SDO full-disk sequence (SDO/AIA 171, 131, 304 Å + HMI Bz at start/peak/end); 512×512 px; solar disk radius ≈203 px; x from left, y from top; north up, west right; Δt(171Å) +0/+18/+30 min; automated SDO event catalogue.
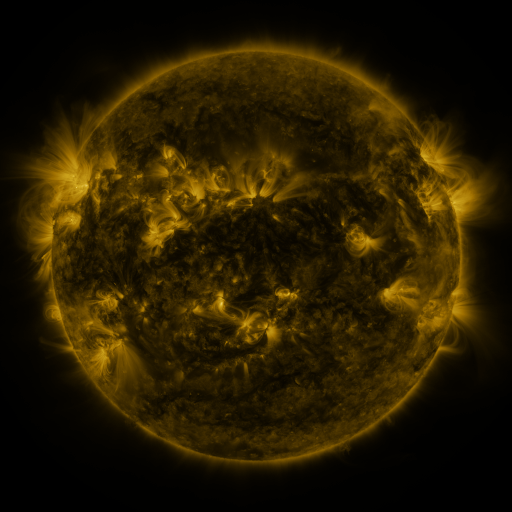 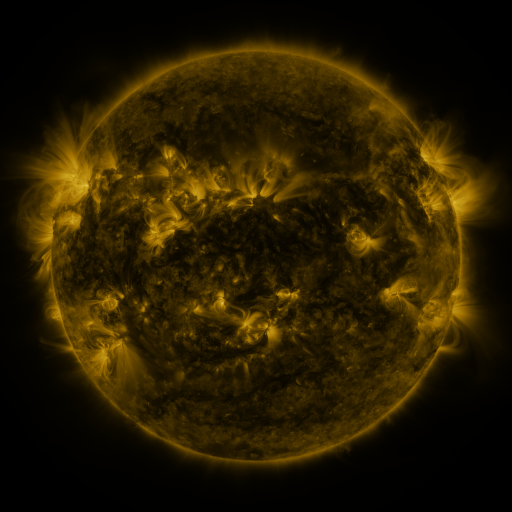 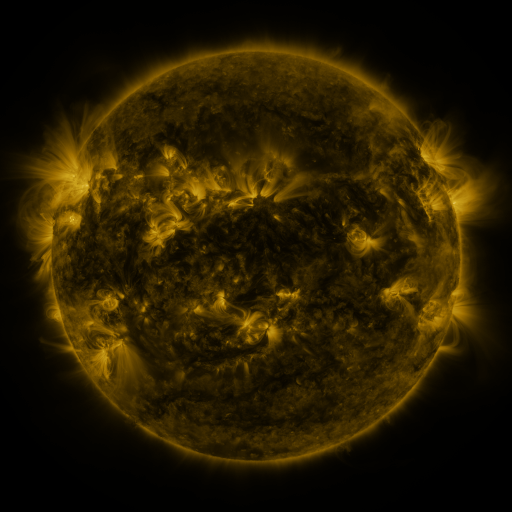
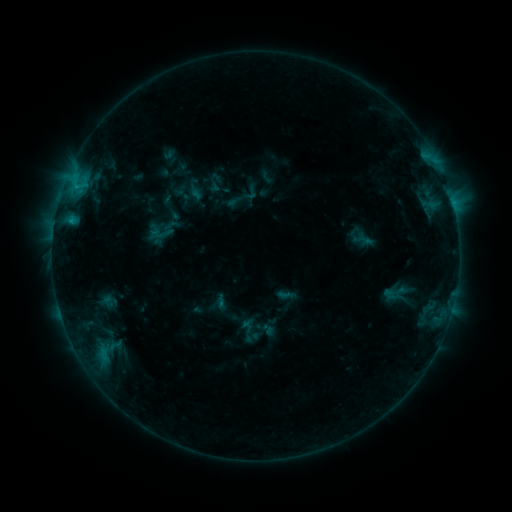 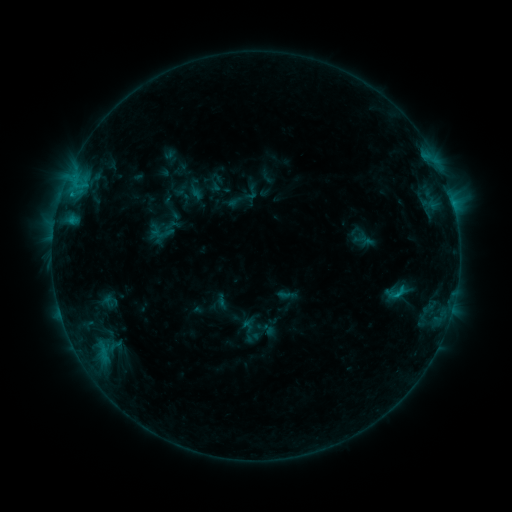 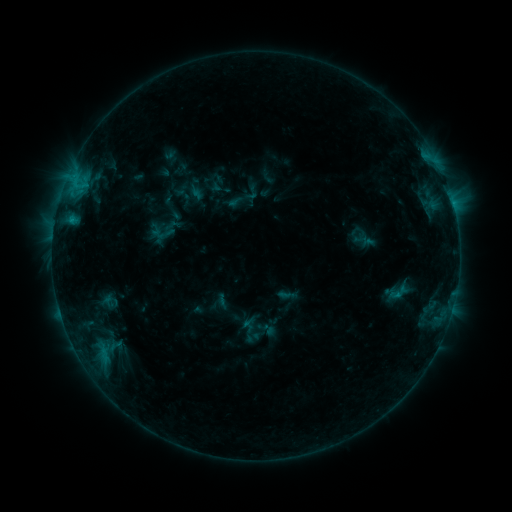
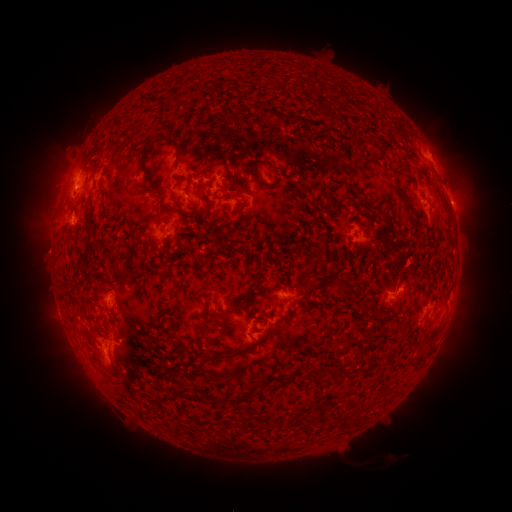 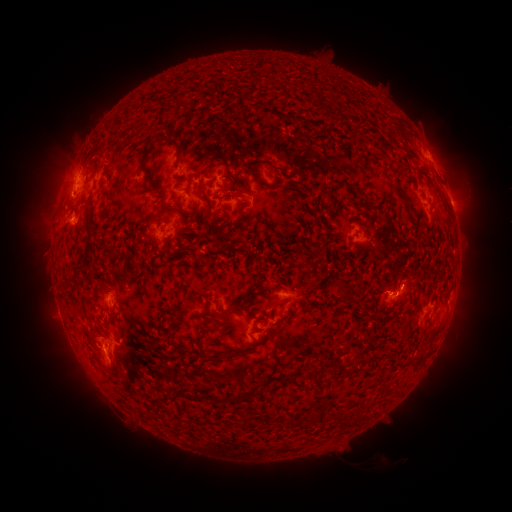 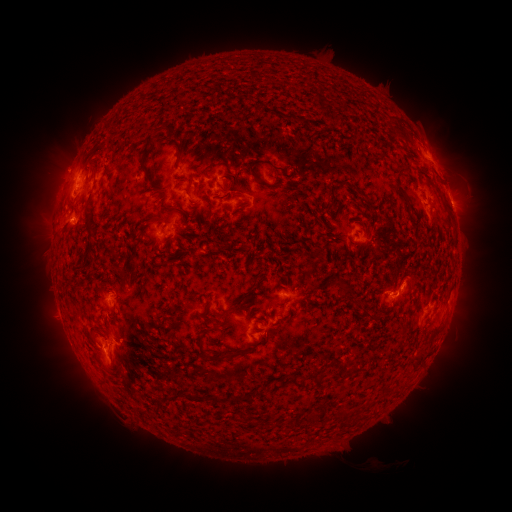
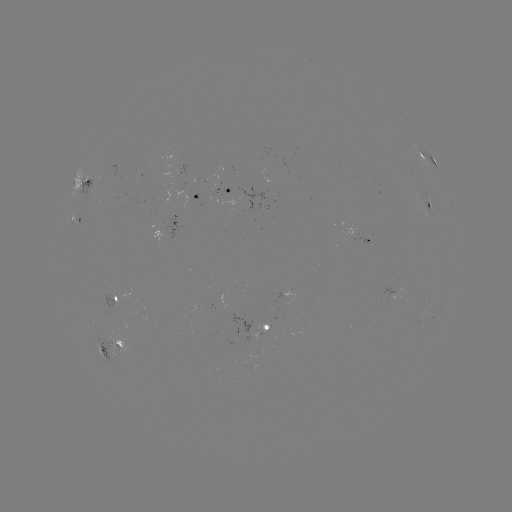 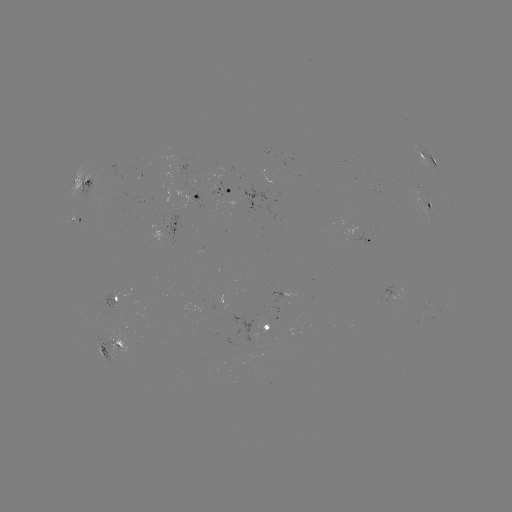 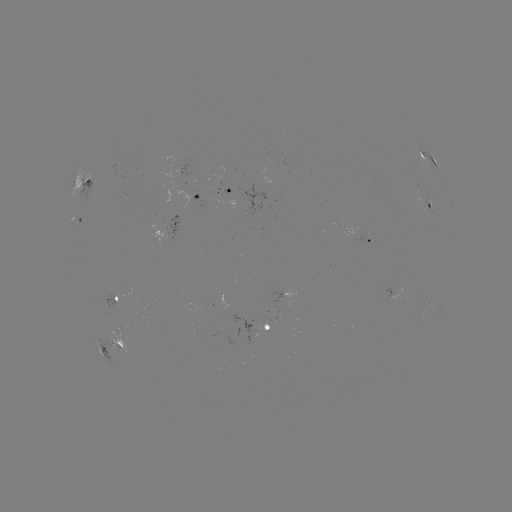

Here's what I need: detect C1.1 flare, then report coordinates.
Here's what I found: C1.1 flare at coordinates (396, 292).